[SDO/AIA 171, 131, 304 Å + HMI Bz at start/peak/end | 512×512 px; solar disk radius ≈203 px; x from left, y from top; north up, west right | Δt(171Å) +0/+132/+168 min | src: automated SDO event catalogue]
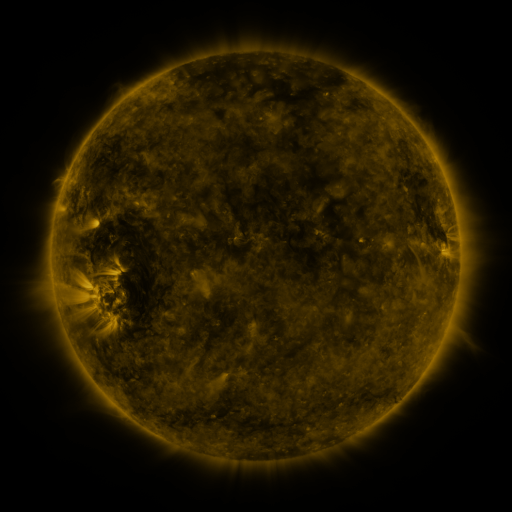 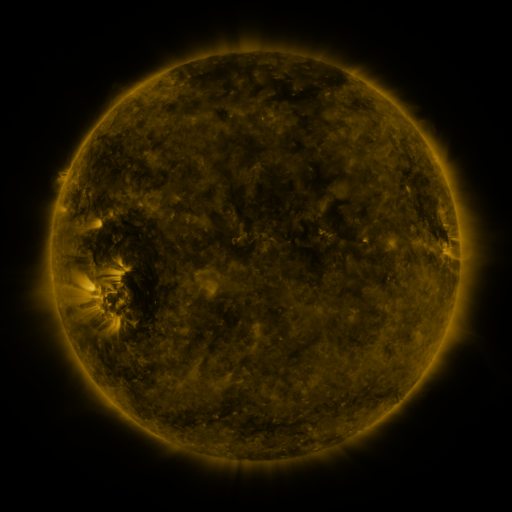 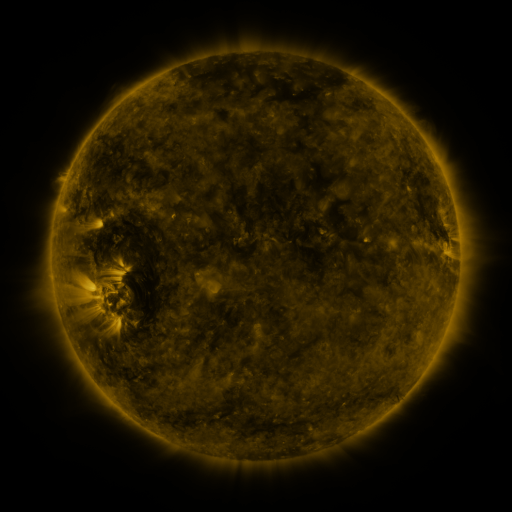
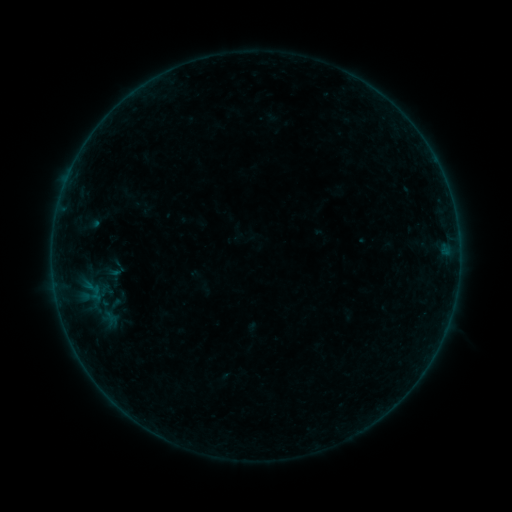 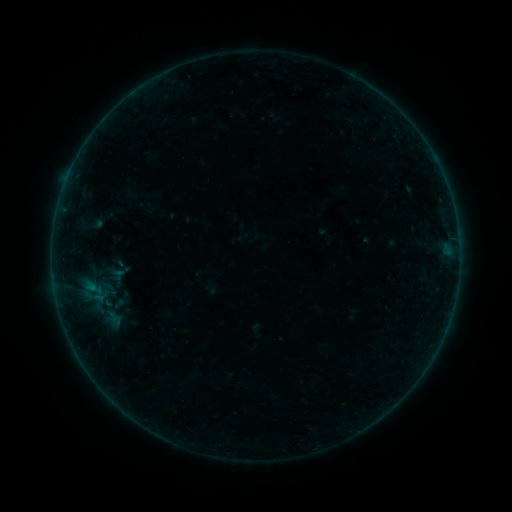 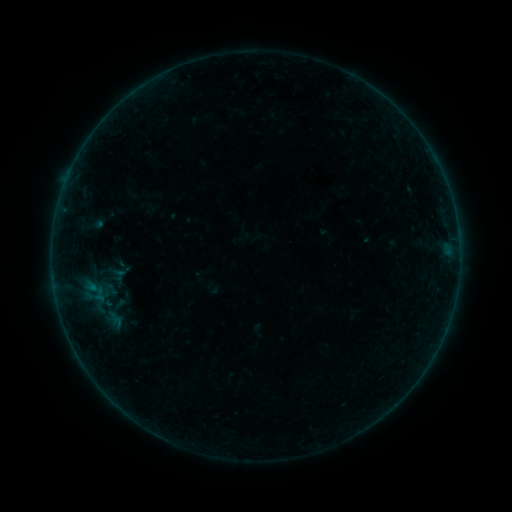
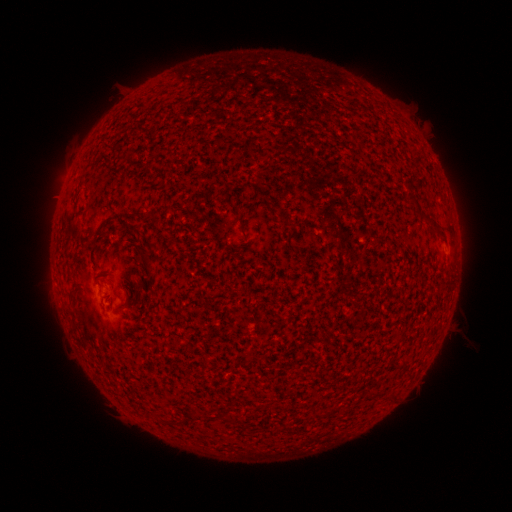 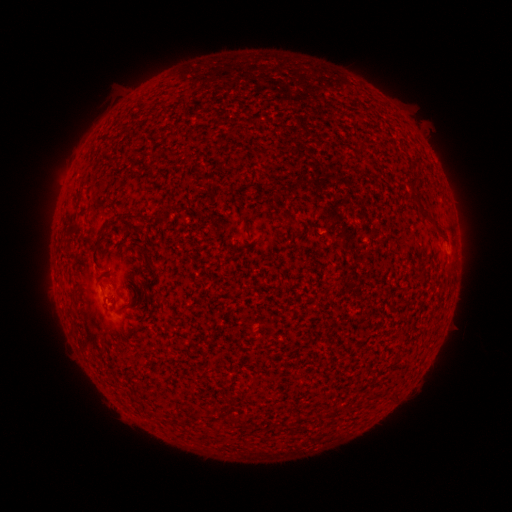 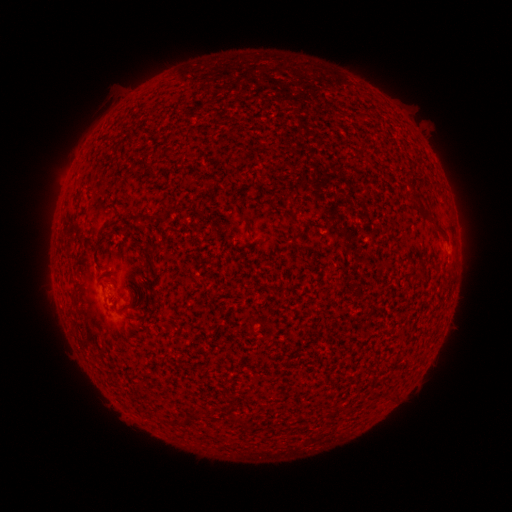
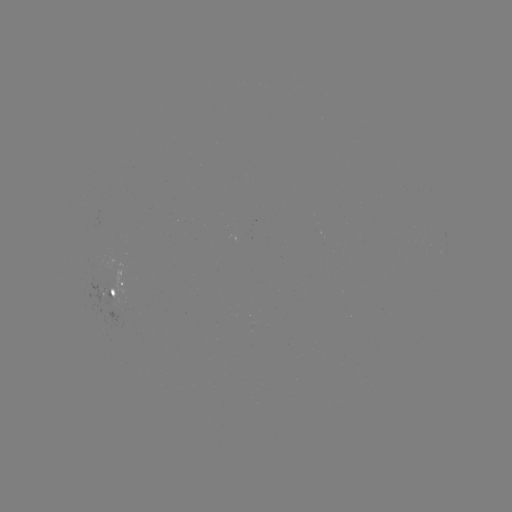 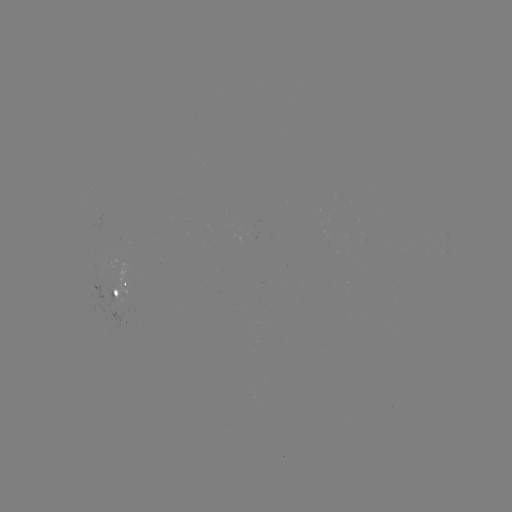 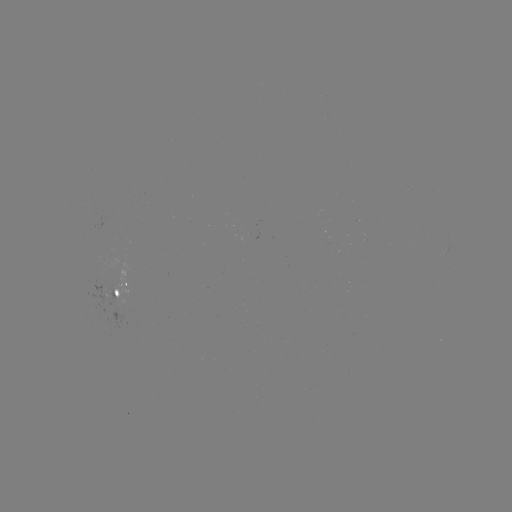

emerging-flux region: [103, 283, 119, 308]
